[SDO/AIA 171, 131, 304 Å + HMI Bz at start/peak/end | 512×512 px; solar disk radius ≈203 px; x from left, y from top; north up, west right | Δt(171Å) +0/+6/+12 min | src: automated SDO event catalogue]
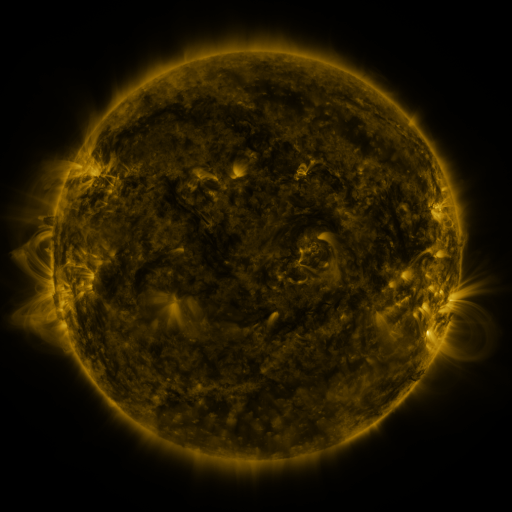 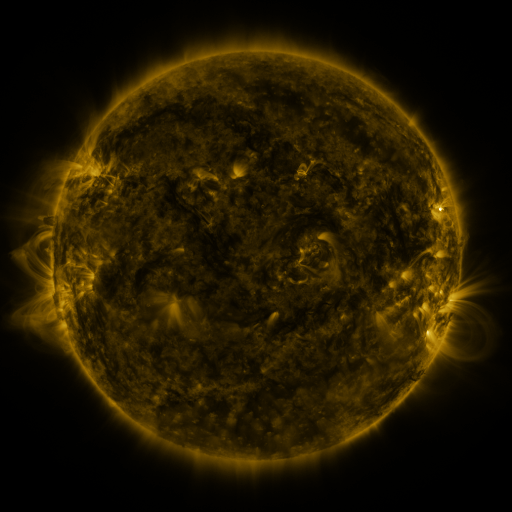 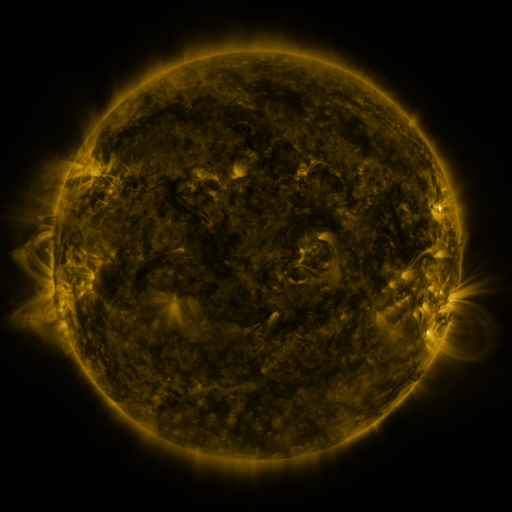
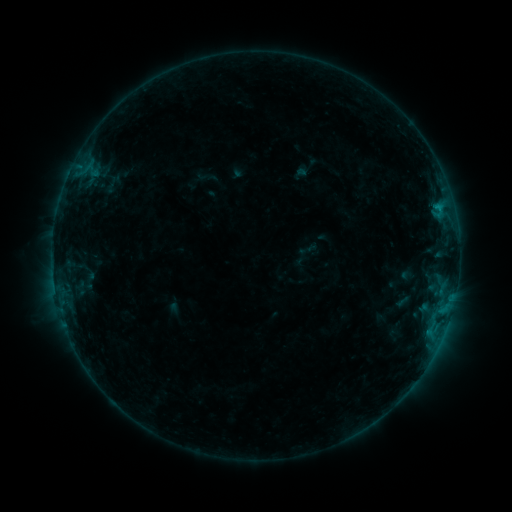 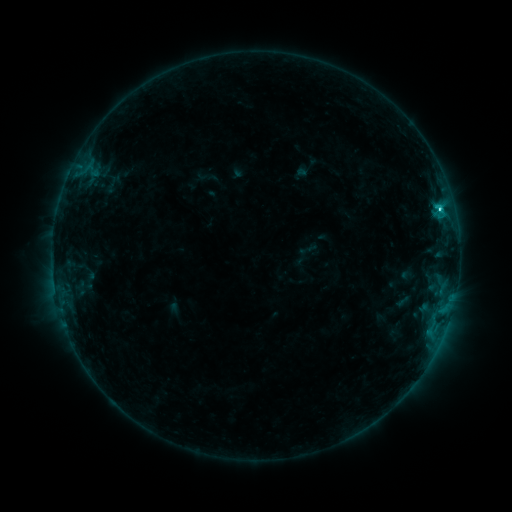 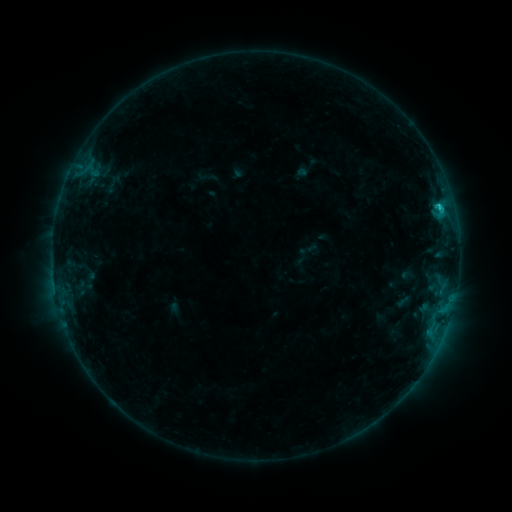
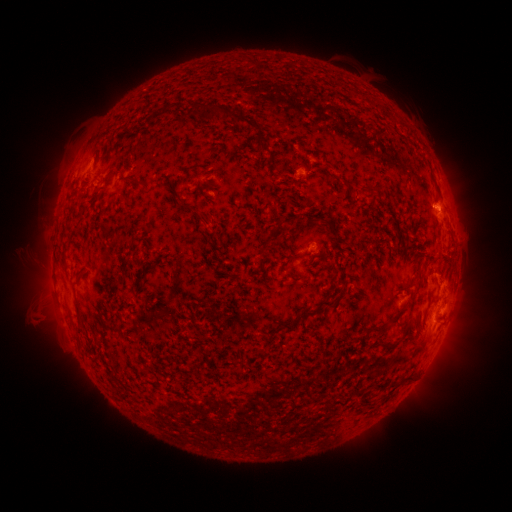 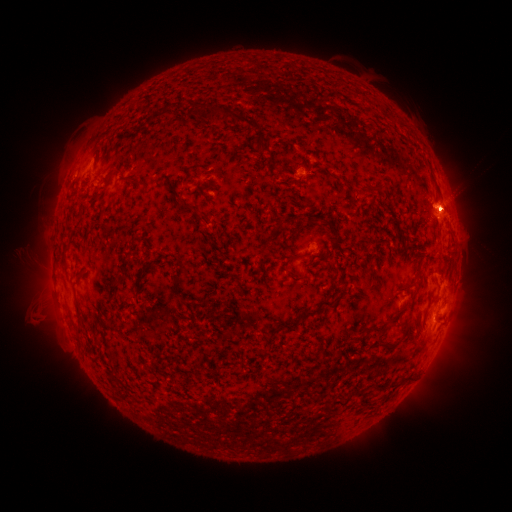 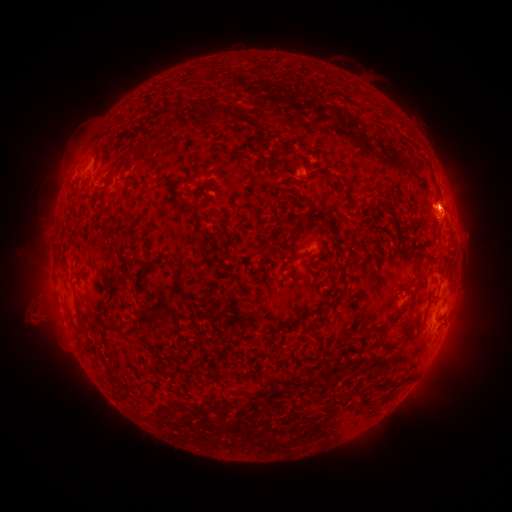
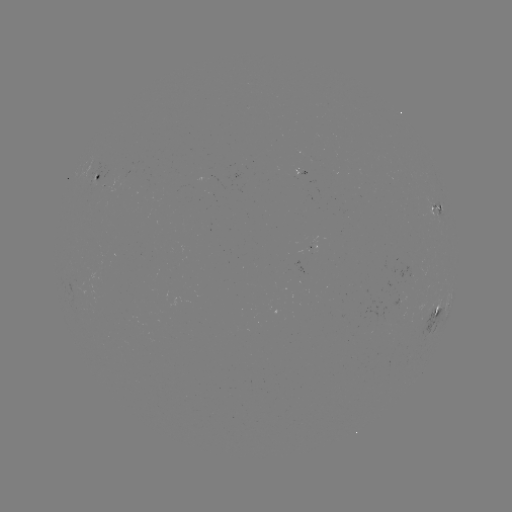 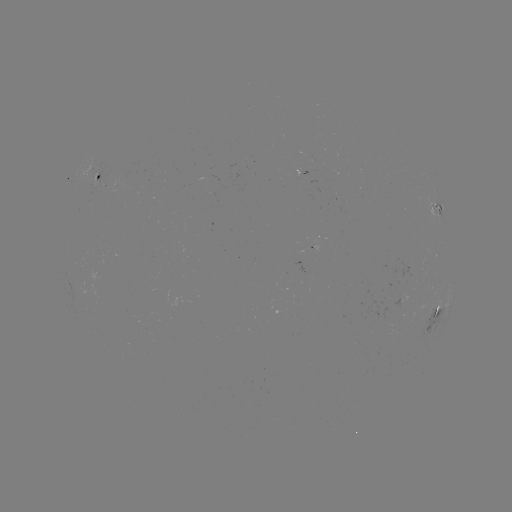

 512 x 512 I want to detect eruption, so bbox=[427, 176, 480, 231].